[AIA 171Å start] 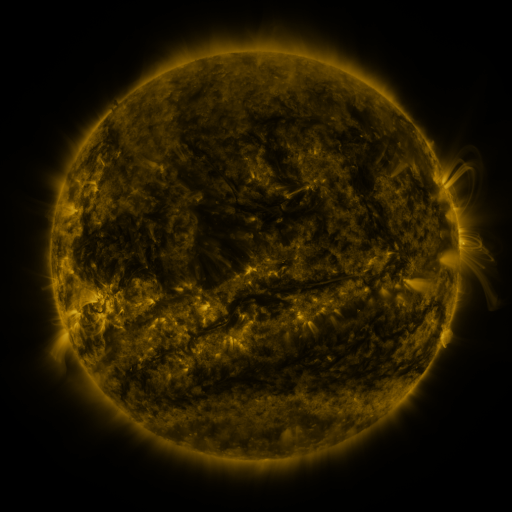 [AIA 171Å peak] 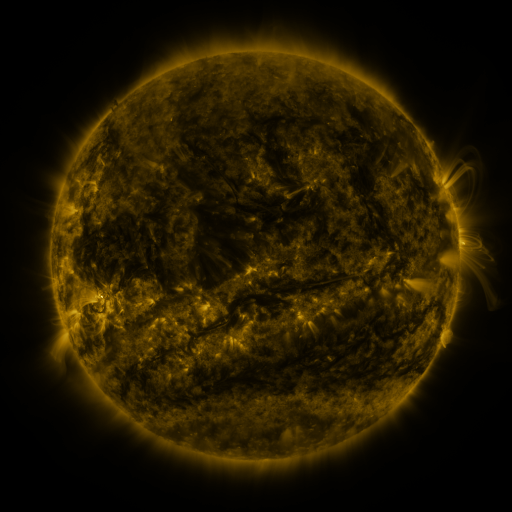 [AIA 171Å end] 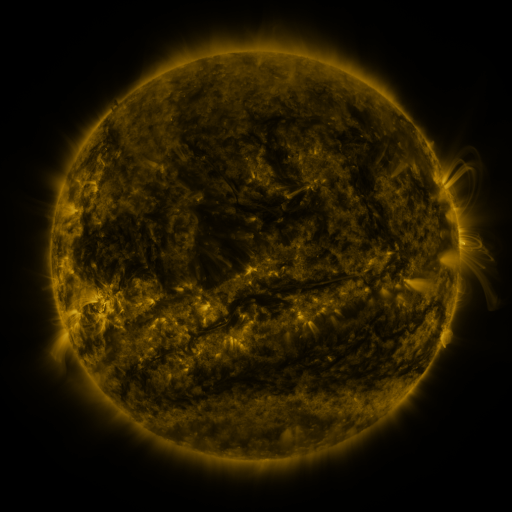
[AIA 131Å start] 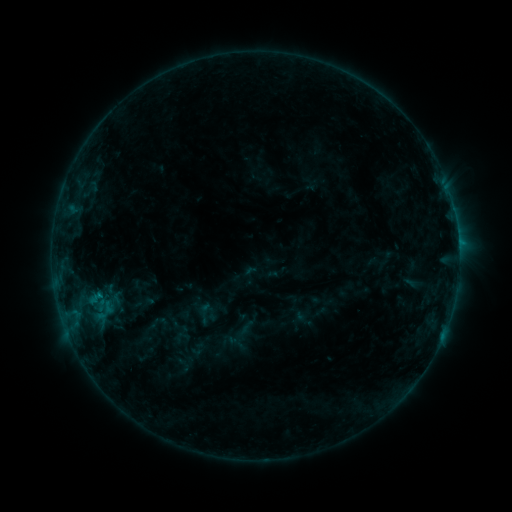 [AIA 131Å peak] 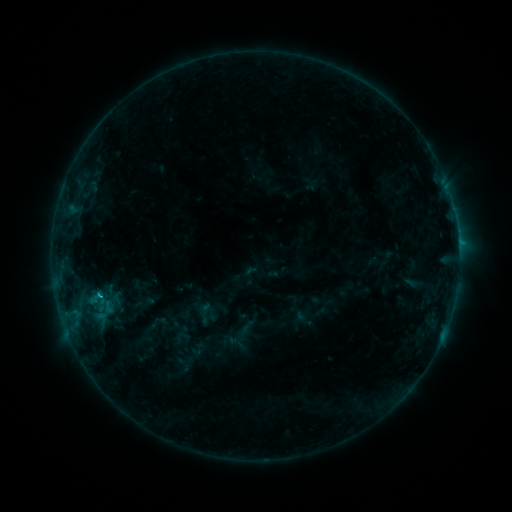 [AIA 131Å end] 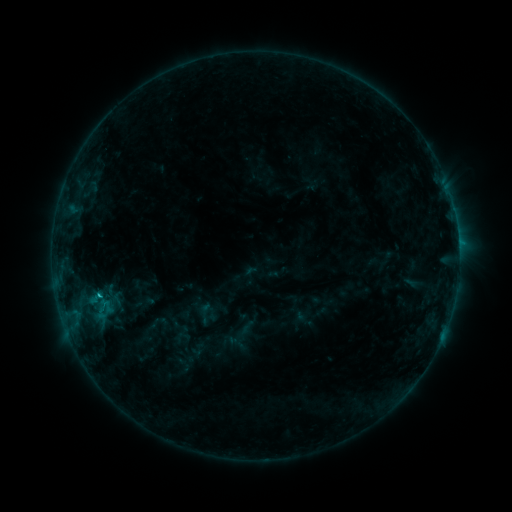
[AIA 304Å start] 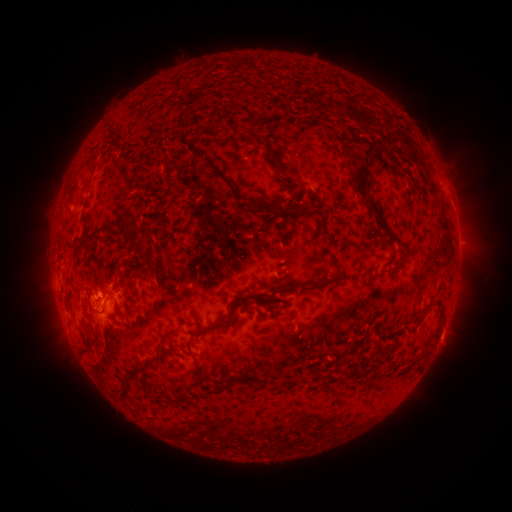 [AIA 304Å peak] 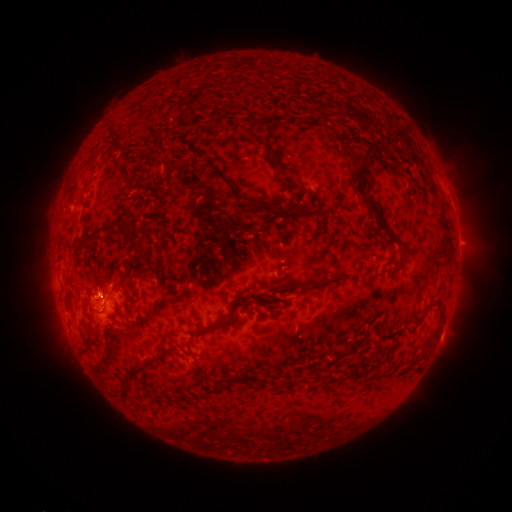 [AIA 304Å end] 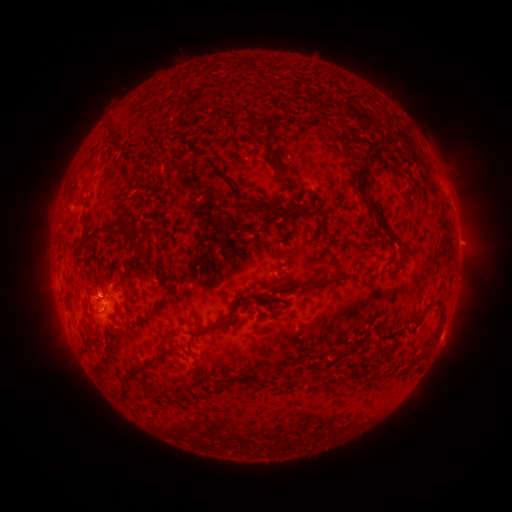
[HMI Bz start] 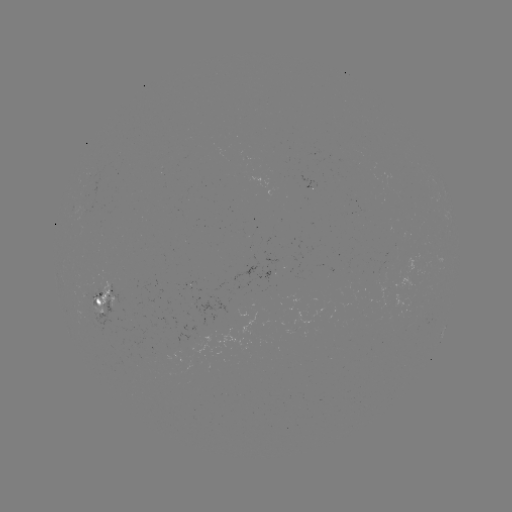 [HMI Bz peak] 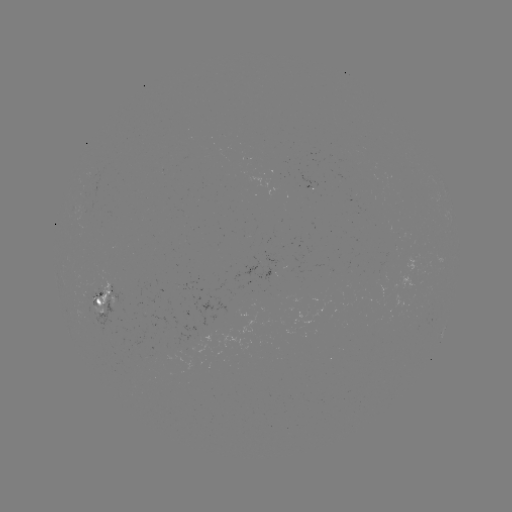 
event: flare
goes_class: C1.3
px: (100, 293)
